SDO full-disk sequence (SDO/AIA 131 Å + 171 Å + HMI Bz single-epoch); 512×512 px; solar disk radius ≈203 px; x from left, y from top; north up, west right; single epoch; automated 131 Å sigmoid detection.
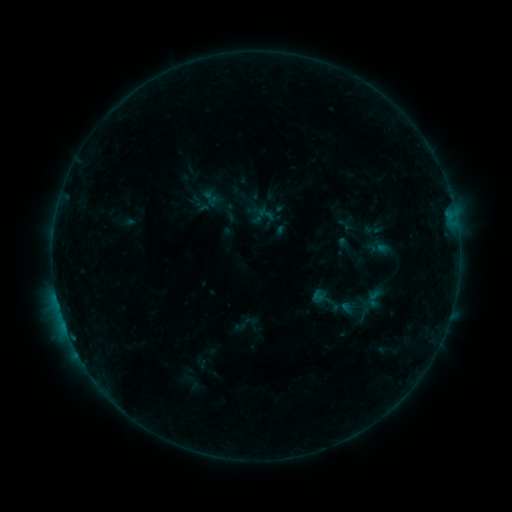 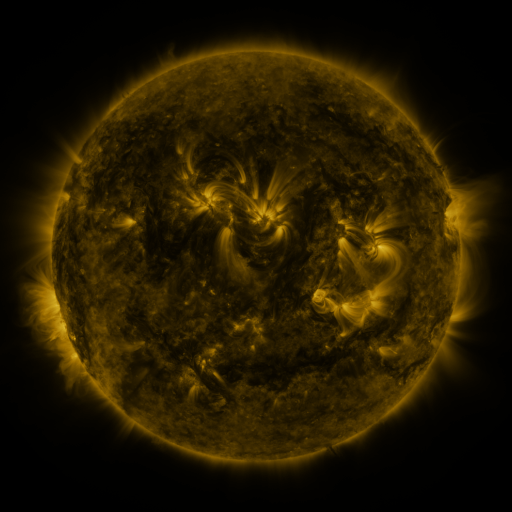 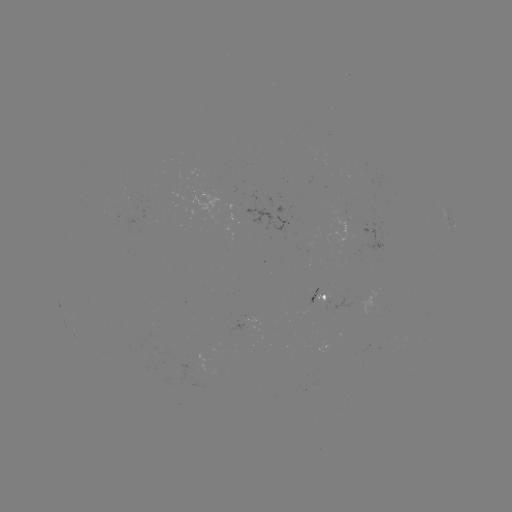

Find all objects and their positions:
sigmoid: (308, 283, 342, 318)
sigmoid: (232, 315, 252, 334)
